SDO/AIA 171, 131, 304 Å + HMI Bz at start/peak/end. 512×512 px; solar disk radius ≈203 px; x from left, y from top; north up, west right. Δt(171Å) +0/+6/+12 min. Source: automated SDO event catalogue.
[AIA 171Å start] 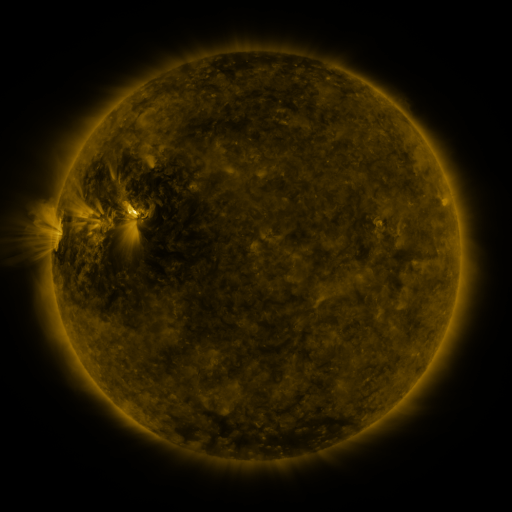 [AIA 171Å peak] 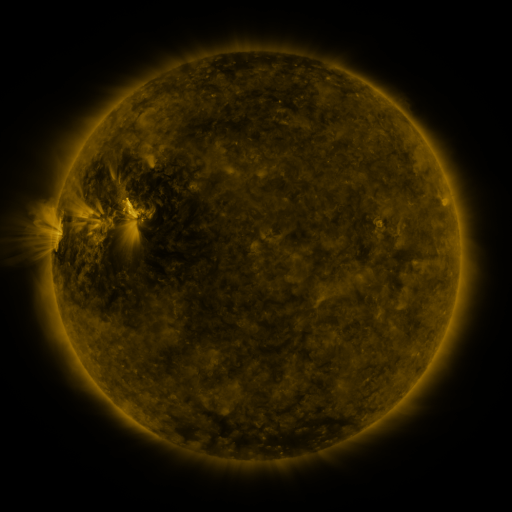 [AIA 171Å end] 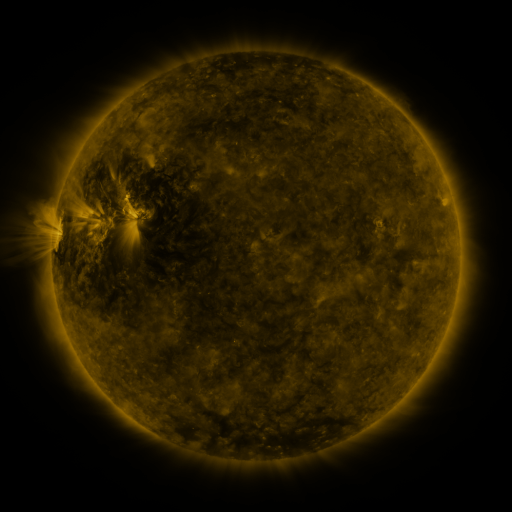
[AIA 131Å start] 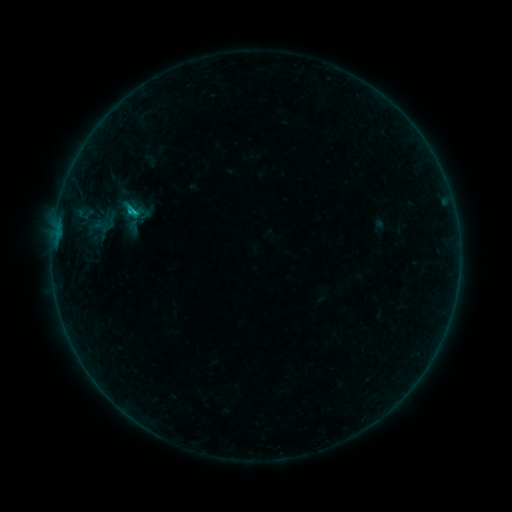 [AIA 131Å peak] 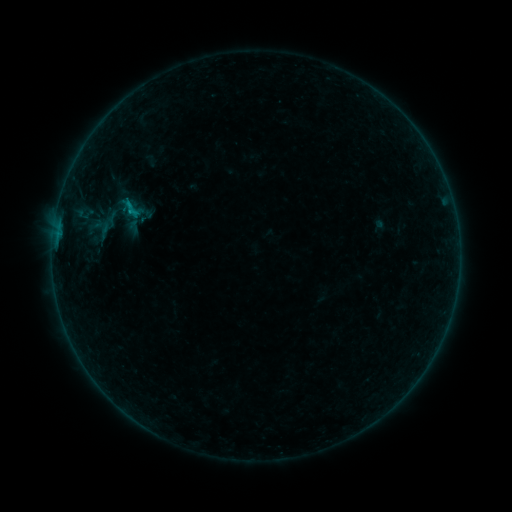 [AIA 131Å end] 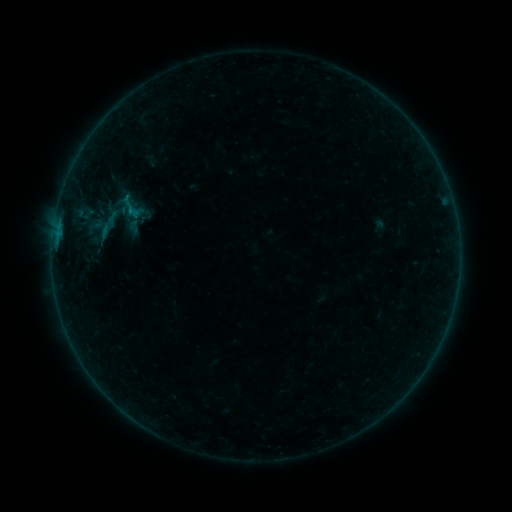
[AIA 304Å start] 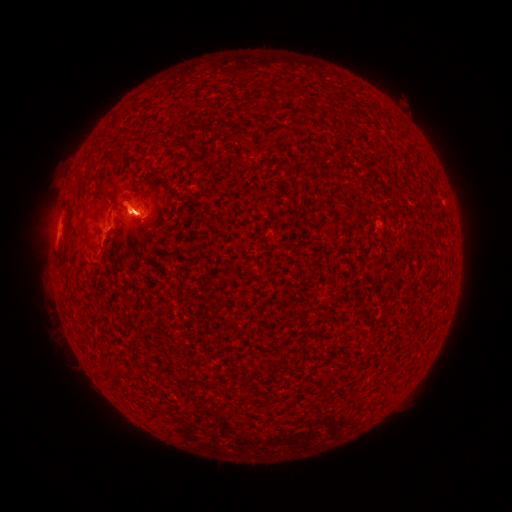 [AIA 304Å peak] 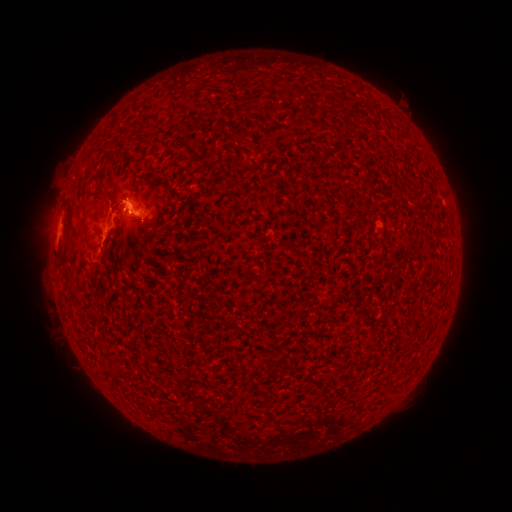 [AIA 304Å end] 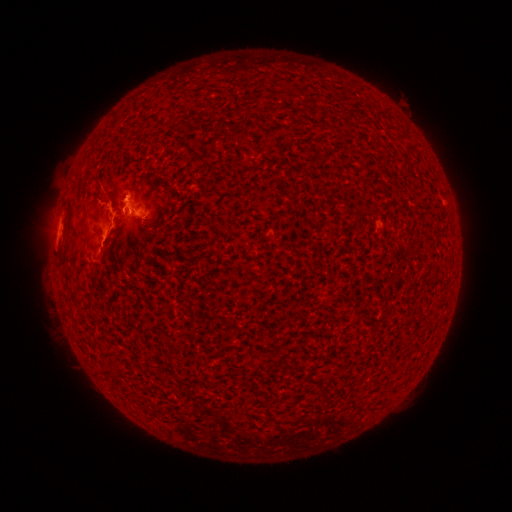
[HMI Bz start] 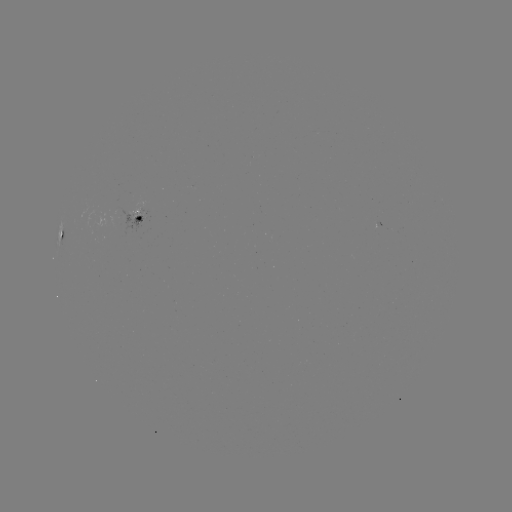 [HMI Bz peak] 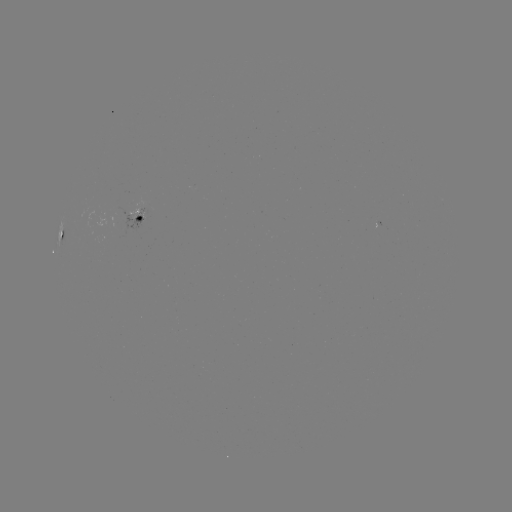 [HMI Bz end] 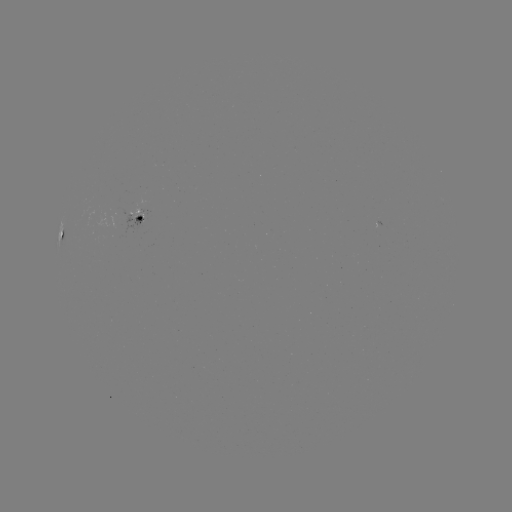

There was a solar eruption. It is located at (124, 231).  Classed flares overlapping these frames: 1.